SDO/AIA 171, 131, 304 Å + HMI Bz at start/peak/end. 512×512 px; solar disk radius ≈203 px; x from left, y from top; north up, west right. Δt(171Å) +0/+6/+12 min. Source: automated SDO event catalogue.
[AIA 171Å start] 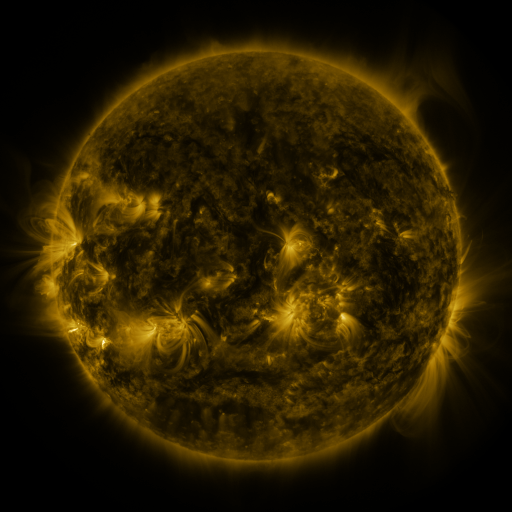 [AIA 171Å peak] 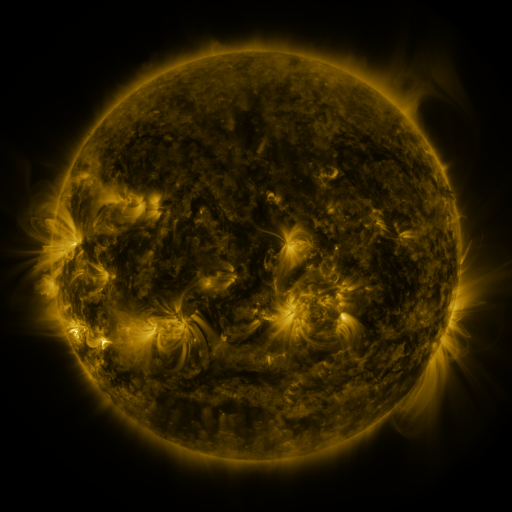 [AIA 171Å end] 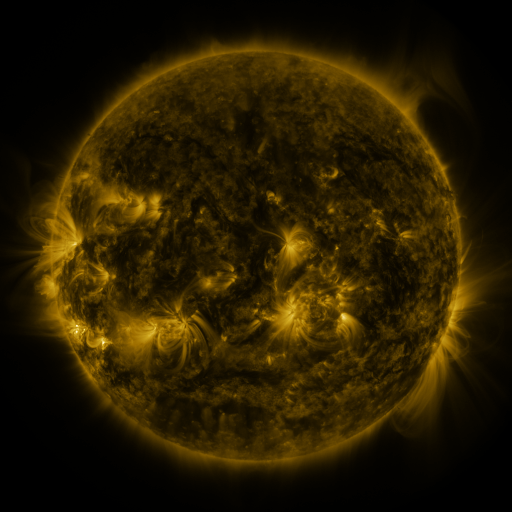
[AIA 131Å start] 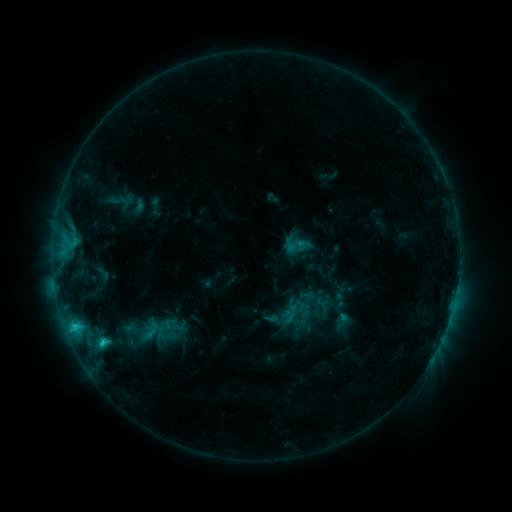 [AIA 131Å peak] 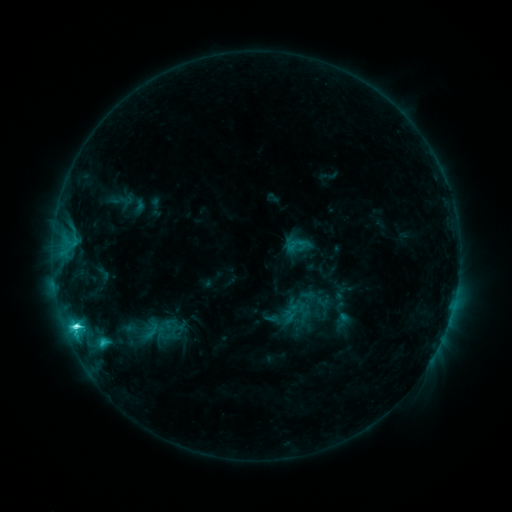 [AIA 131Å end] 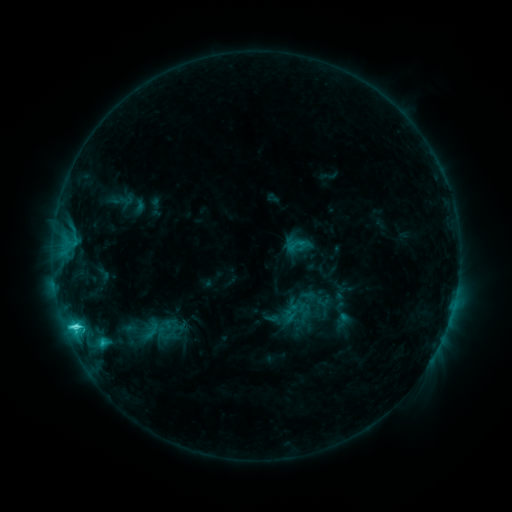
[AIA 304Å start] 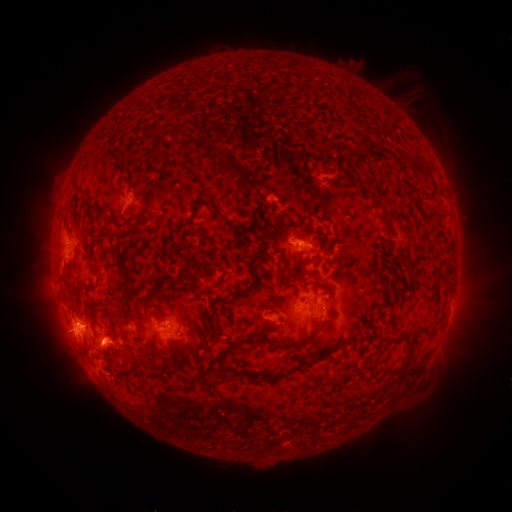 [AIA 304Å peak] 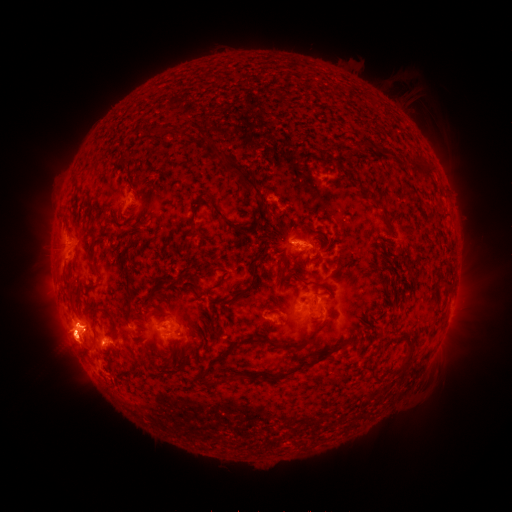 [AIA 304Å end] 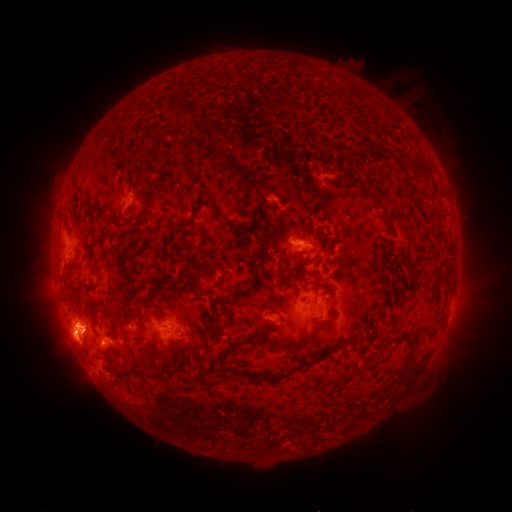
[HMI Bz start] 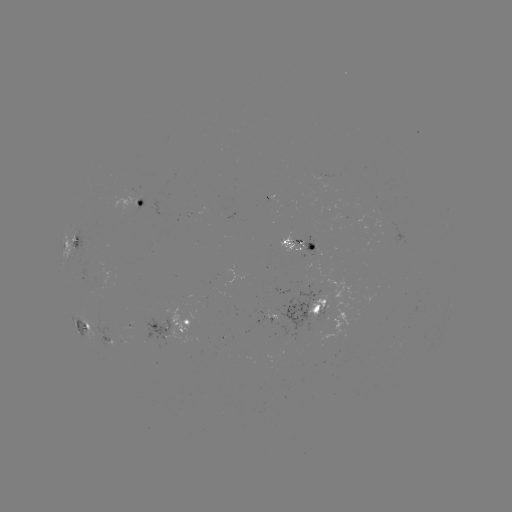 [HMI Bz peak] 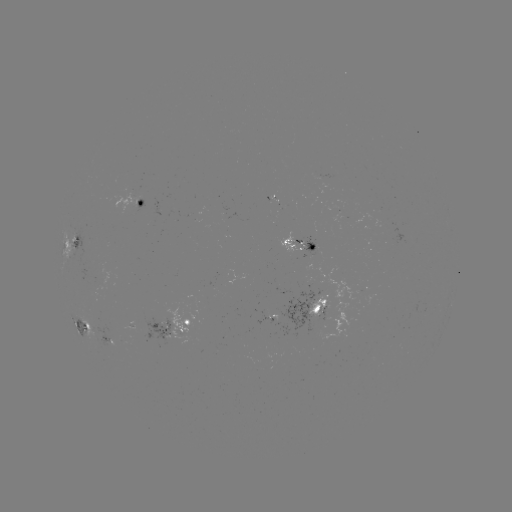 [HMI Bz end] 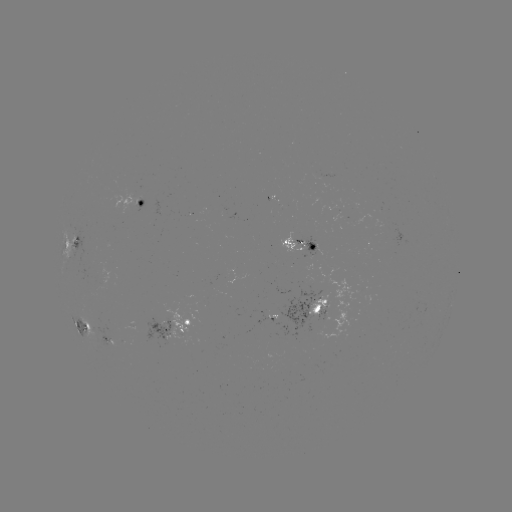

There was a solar flare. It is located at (77, 323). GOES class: C5.1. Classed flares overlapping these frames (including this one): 1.